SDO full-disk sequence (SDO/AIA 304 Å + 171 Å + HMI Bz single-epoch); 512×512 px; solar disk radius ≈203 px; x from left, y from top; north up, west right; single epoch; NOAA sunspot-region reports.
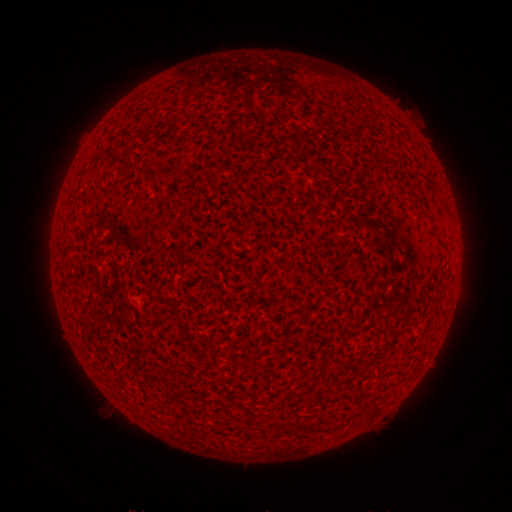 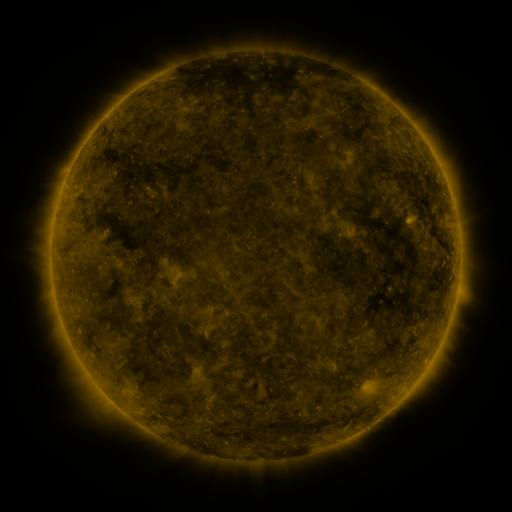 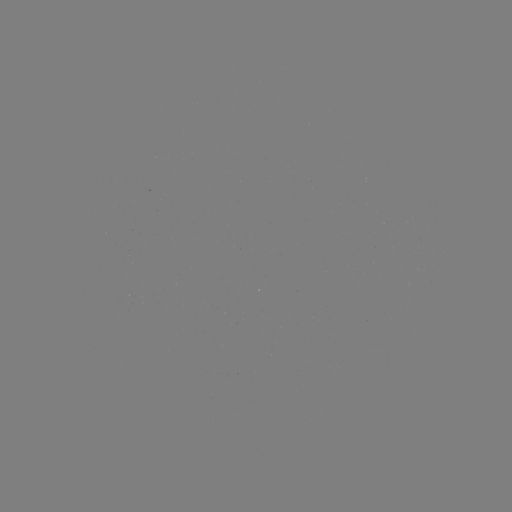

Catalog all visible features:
(none)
